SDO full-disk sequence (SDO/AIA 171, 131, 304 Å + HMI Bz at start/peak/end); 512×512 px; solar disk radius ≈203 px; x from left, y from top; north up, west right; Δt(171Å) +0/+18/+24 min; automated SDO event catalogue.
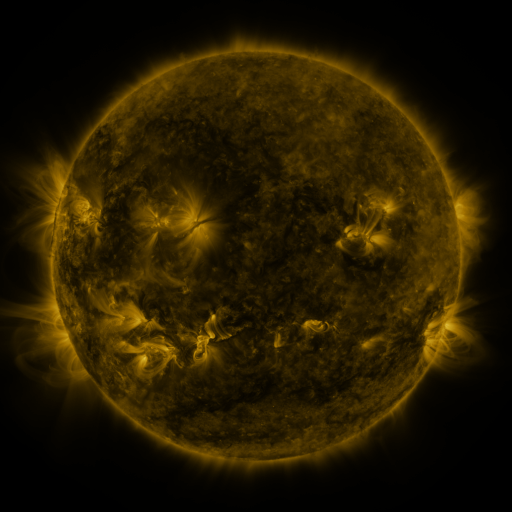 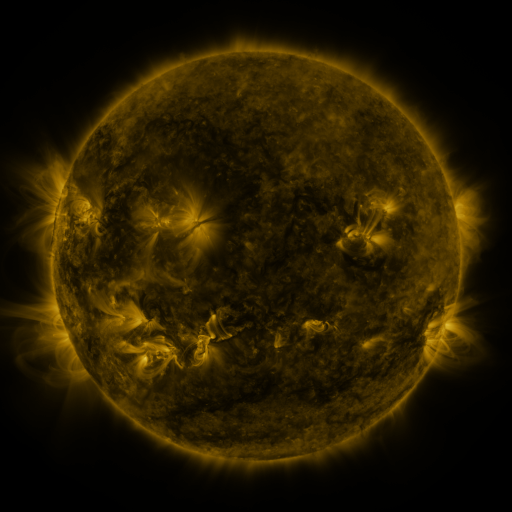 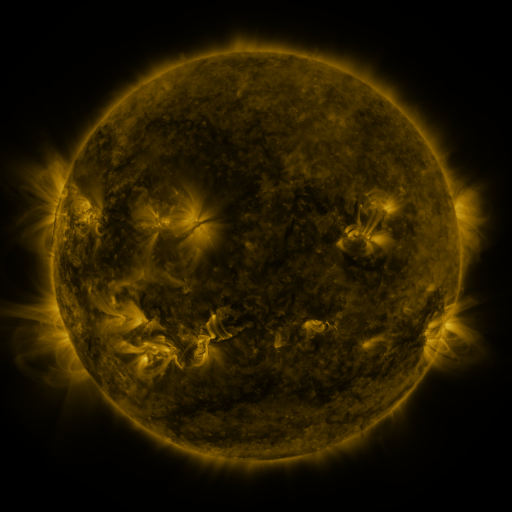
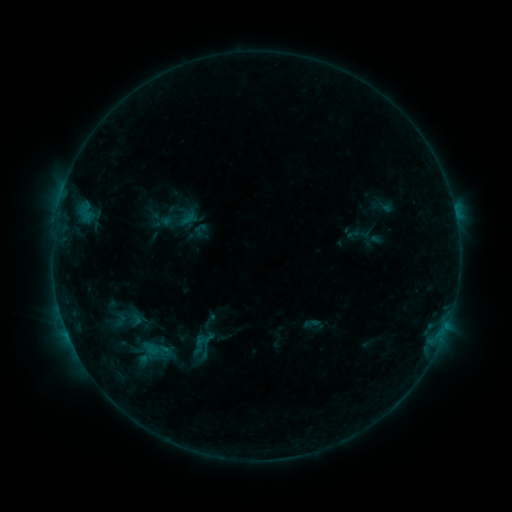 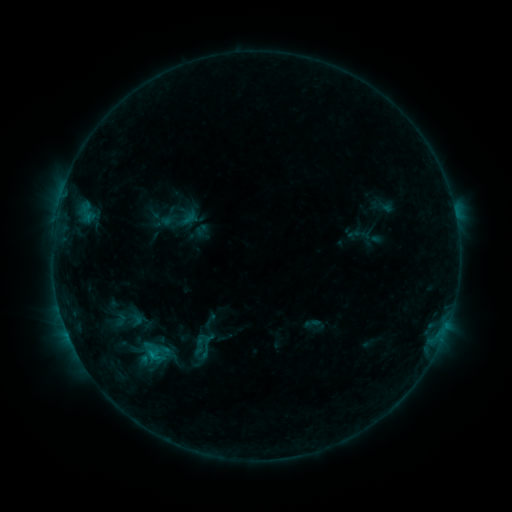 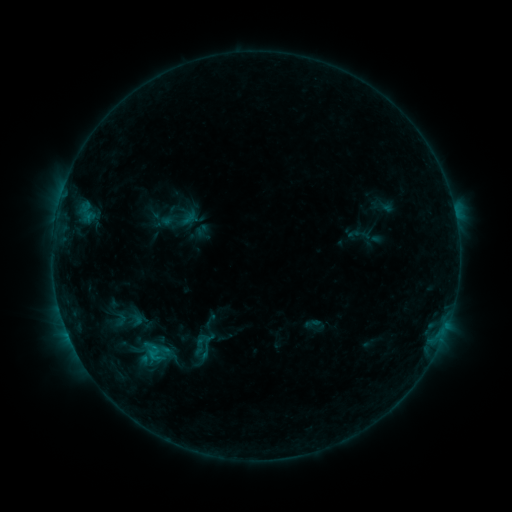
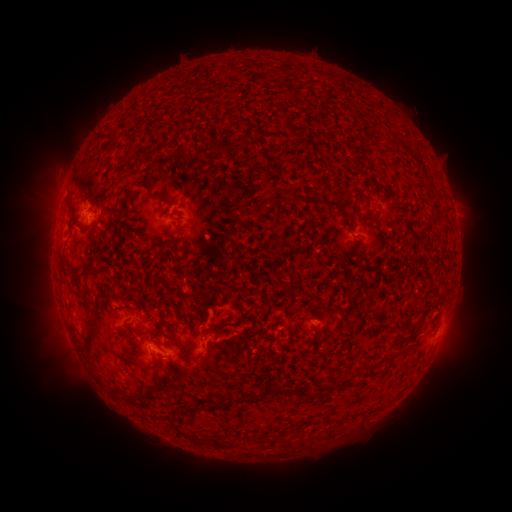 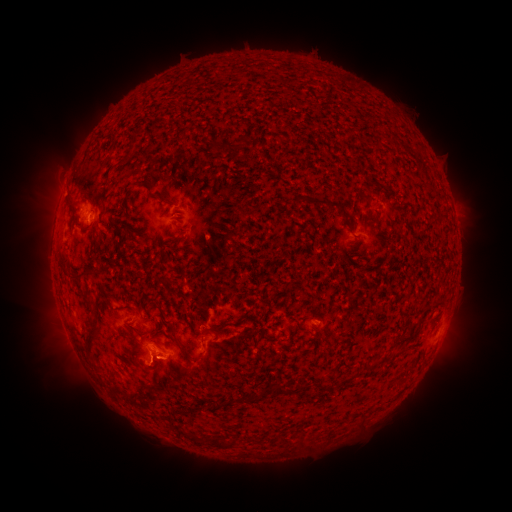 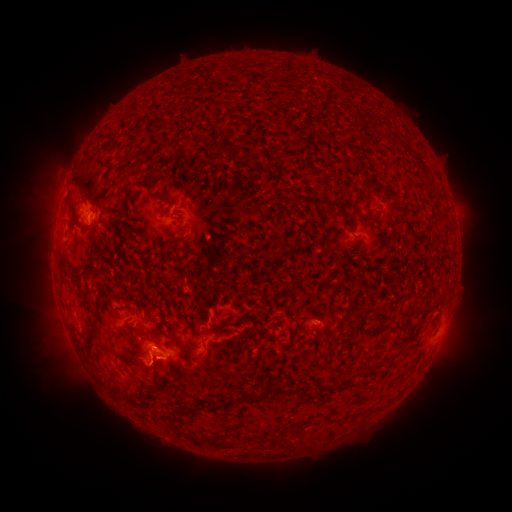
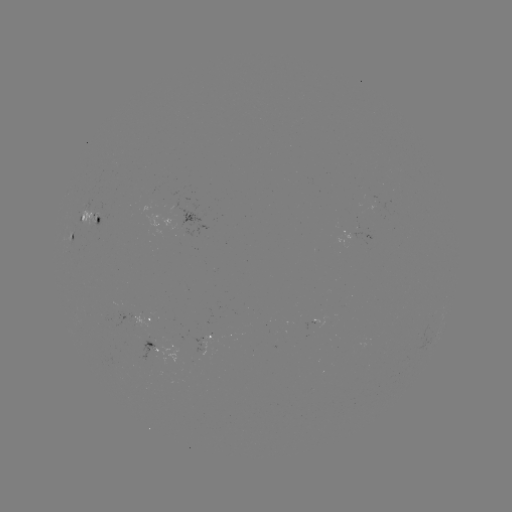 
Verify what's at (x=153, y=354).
B7.6 flare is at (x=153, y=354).